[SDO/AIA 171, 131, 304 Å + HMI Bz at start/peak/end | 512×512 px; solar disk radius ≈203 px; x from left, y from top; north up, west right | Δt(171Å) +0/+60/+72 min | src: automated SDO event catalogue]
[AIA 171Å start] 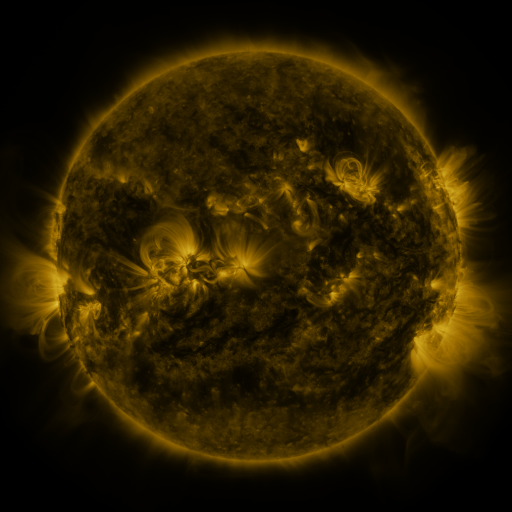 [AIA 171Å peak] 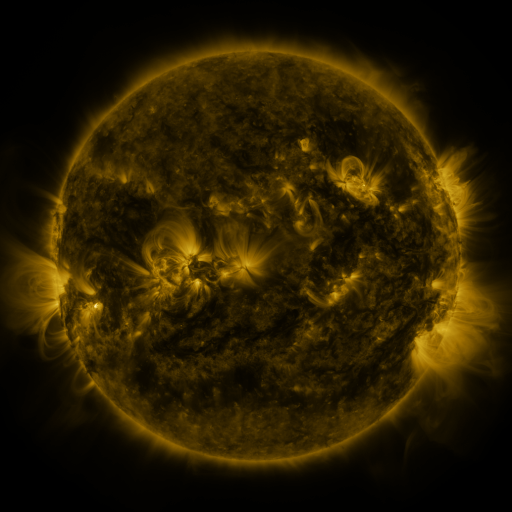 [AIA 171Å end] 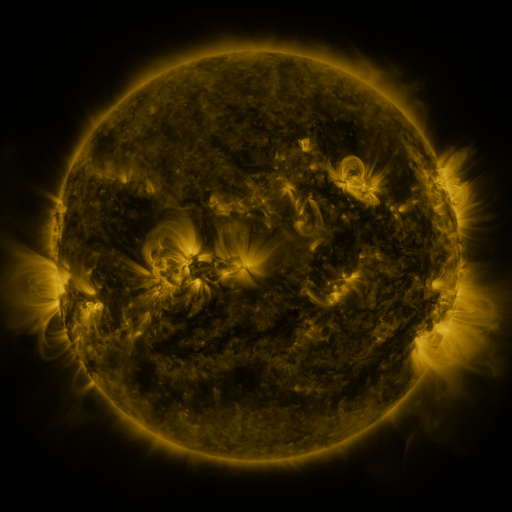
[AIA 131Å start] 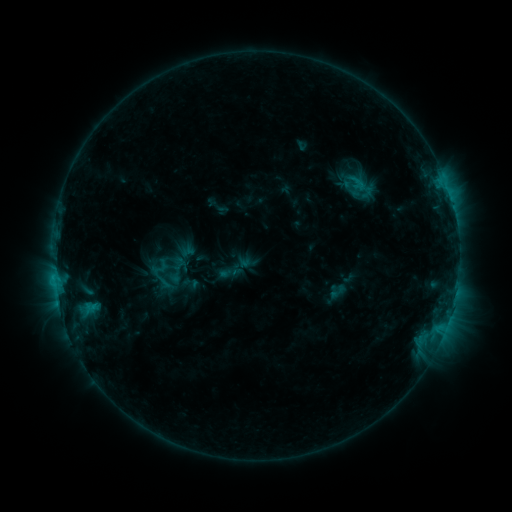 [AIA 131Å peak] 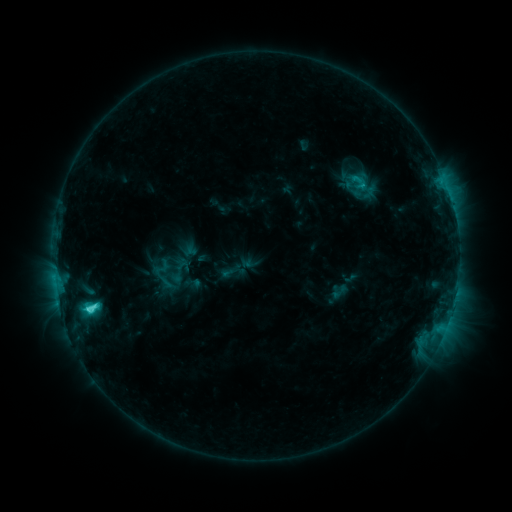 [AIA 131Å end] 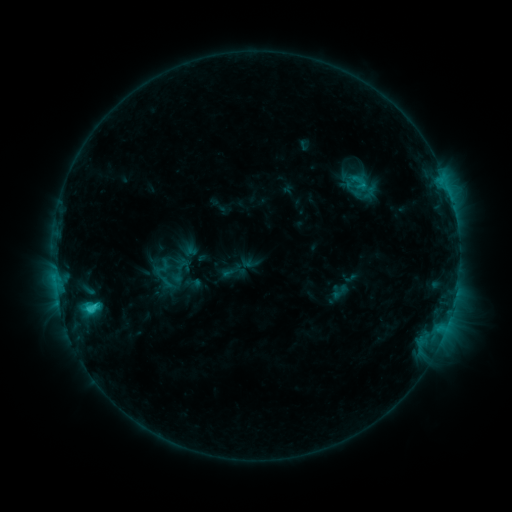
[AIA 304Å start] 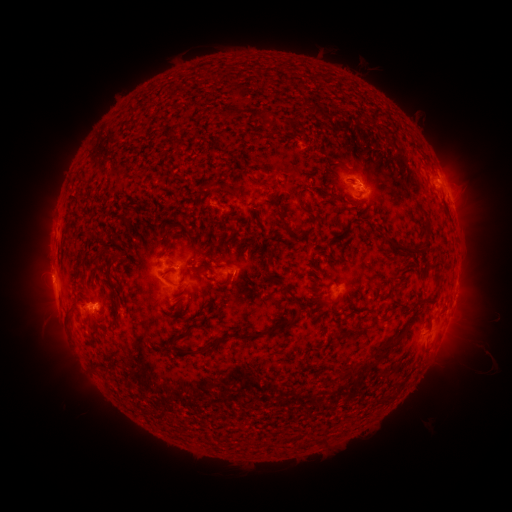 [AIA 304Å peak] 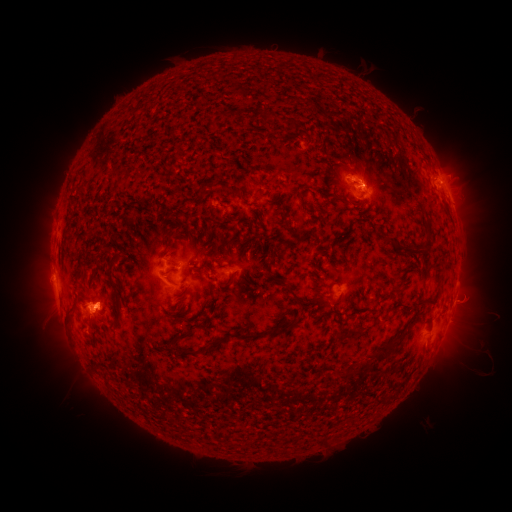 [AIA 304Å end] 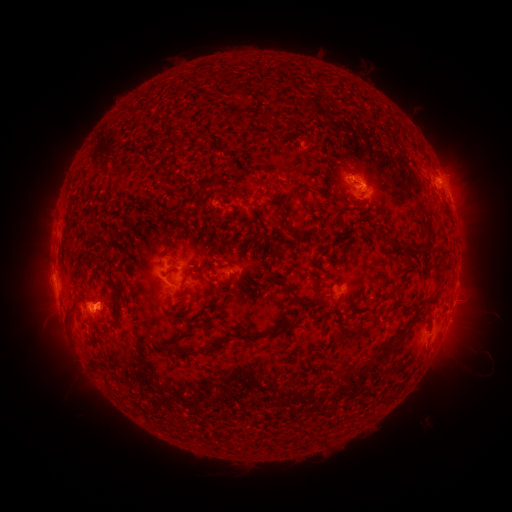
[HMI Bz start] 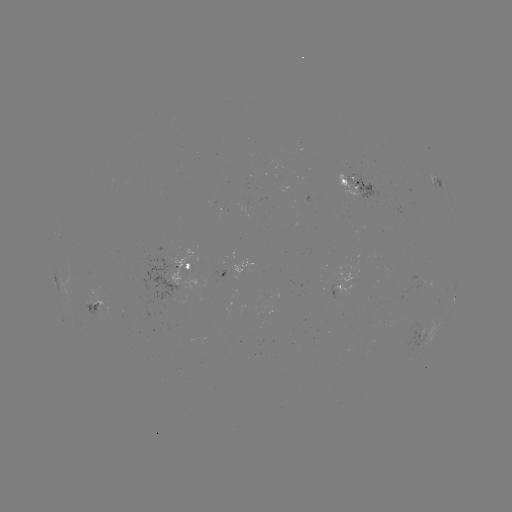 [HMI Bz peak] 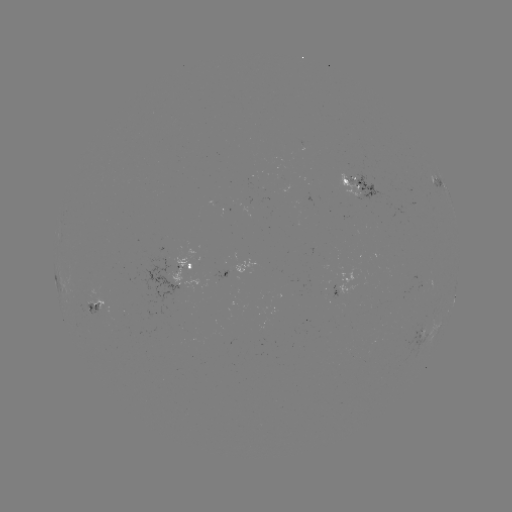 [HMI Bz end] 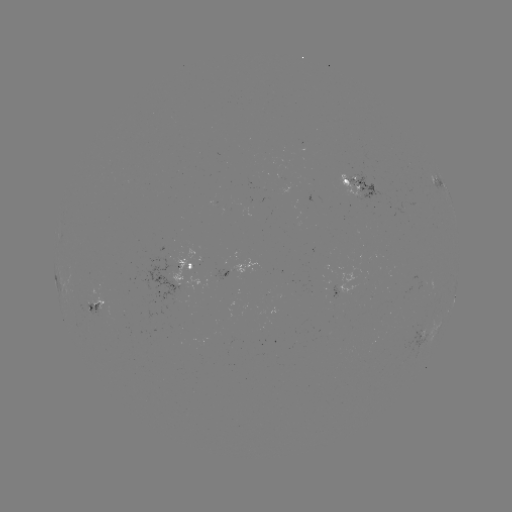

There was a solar emerging-flux region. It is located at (231, 274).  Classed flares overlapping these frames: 2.